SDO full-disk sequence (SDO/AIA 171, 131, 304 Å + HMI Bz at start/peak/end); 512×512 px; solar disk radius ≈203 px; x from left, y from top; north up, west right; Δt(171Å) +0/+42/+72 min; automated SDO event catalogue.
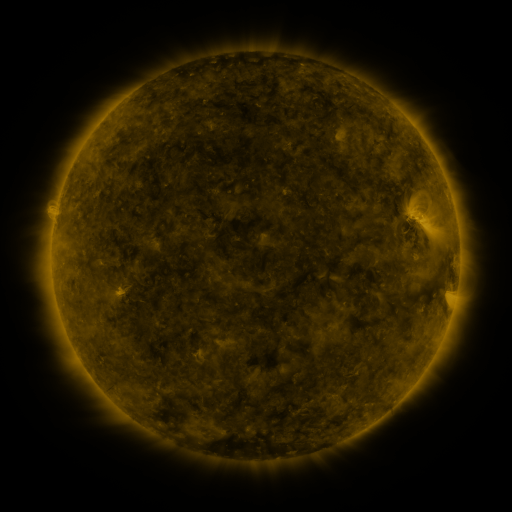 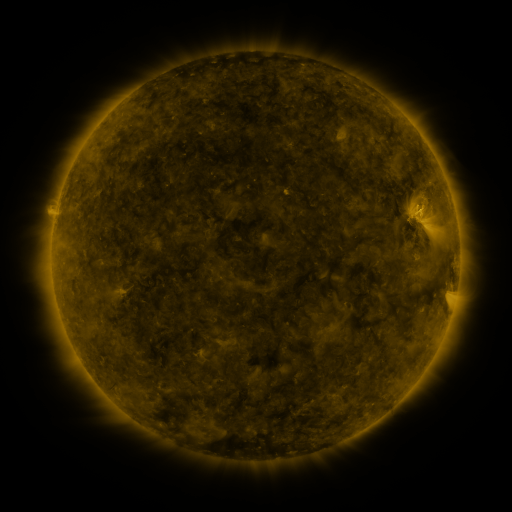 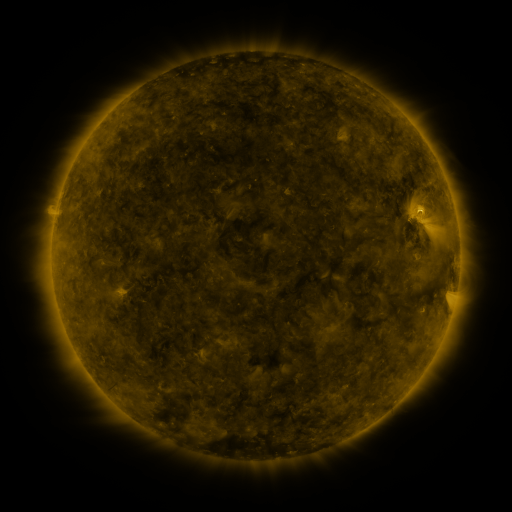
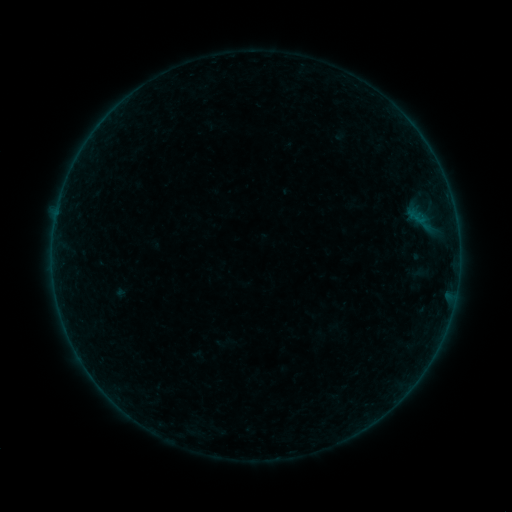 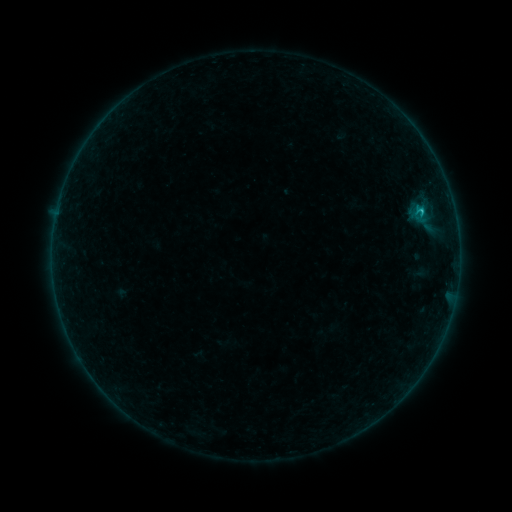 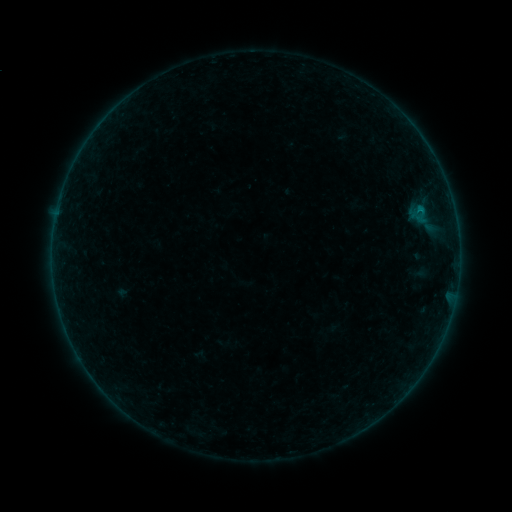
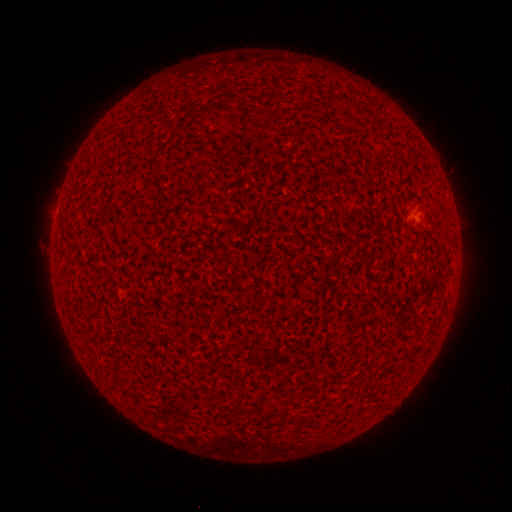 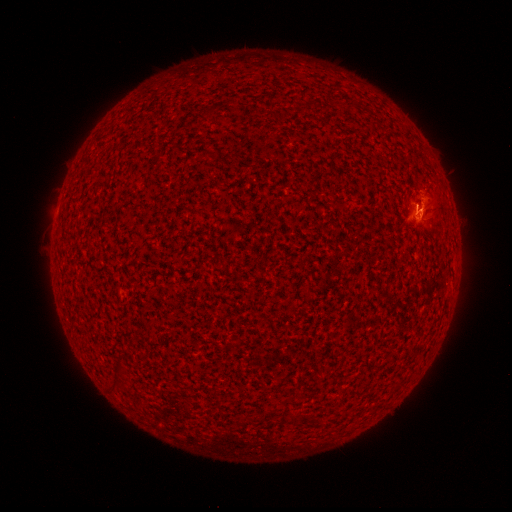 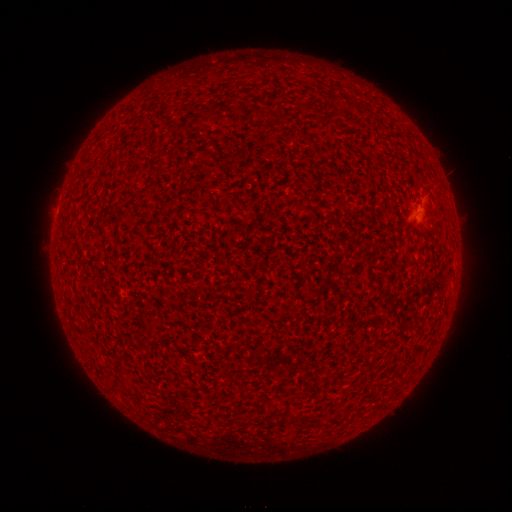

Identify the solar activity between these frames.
B4.3 flare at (420, 213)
